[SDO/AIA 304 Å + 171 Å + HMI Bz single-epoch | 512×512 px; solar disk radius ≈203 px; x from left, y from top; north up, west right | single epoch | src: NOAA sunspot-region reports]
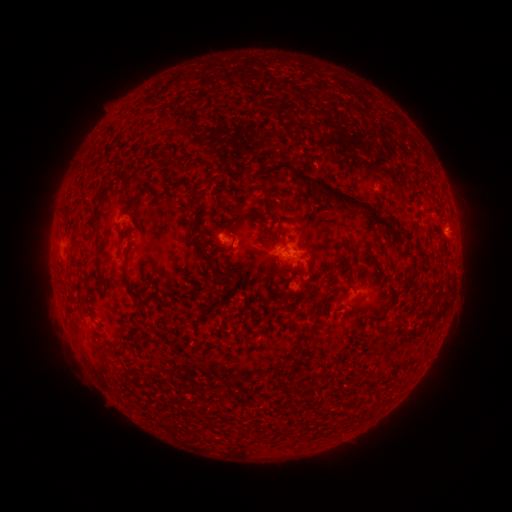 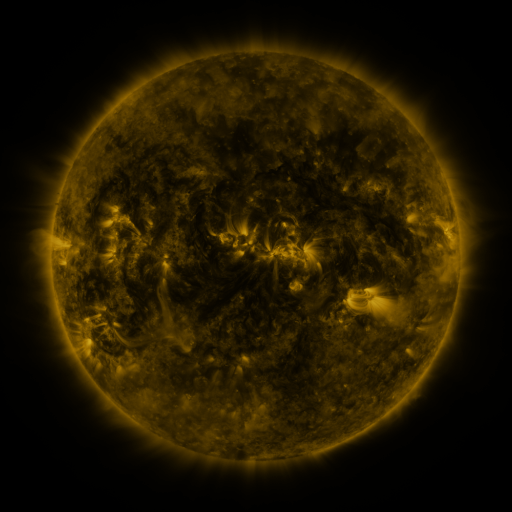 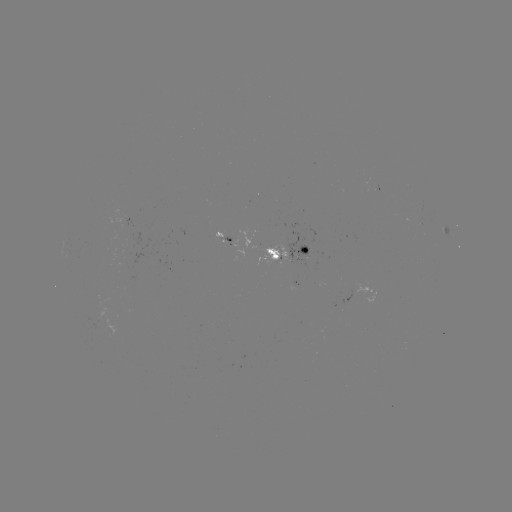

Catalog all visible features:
spotted active region: (228, 238)
spotted active region: (294, 256)
